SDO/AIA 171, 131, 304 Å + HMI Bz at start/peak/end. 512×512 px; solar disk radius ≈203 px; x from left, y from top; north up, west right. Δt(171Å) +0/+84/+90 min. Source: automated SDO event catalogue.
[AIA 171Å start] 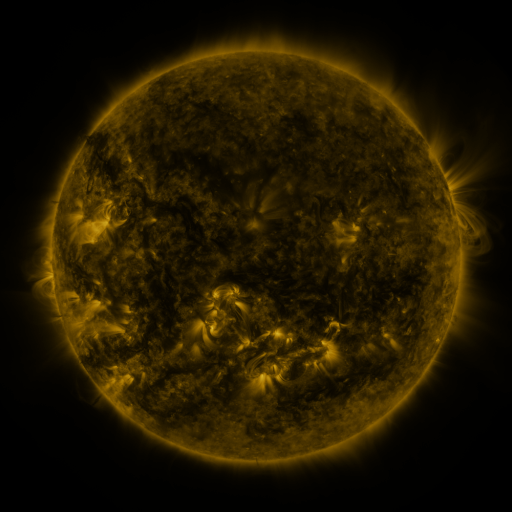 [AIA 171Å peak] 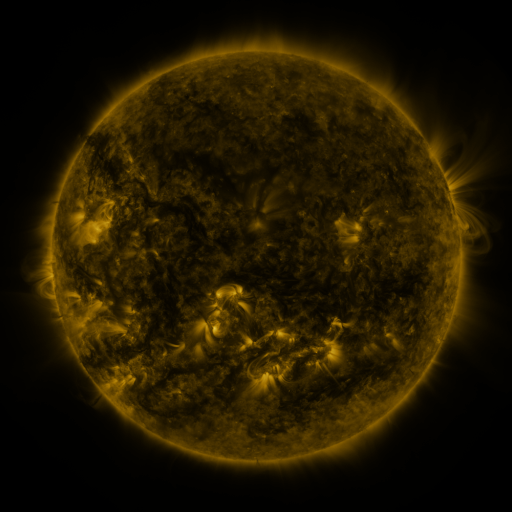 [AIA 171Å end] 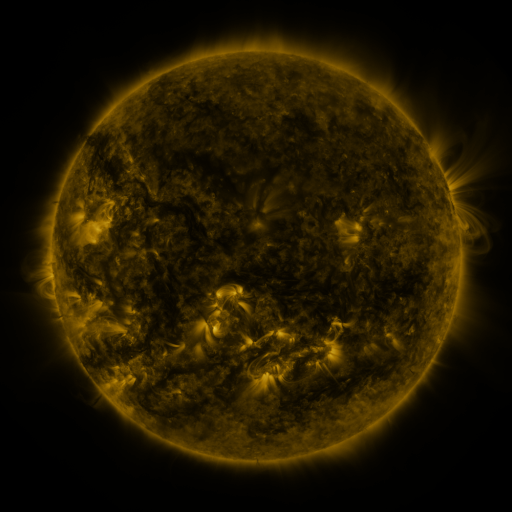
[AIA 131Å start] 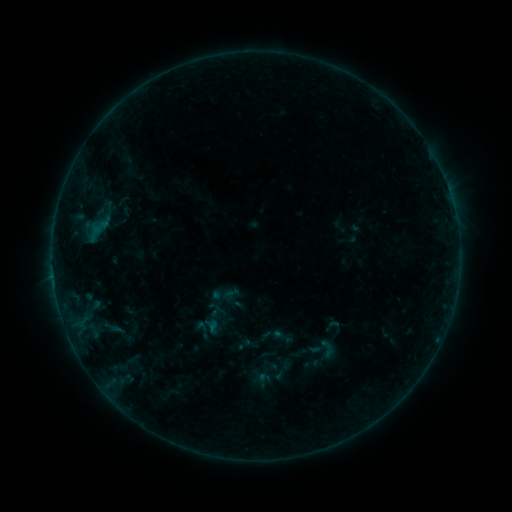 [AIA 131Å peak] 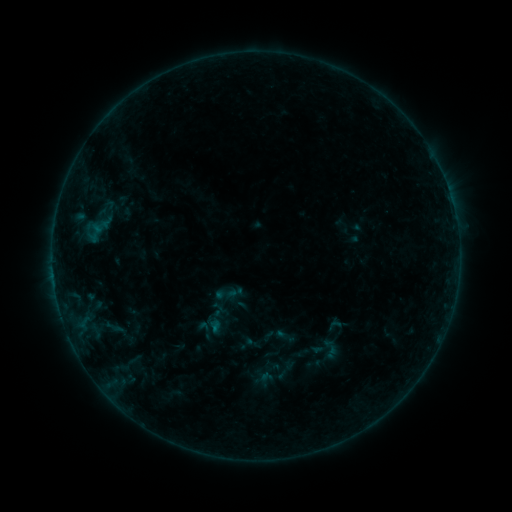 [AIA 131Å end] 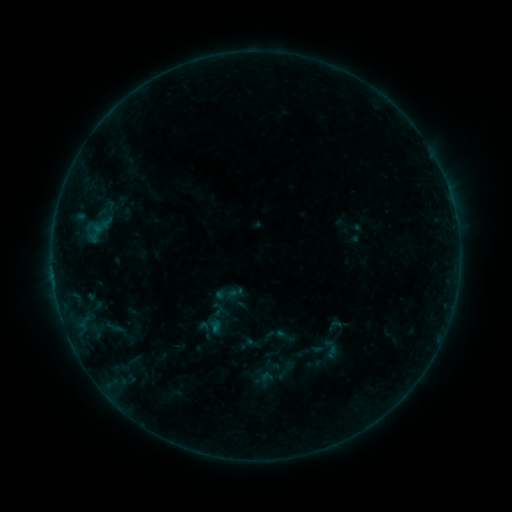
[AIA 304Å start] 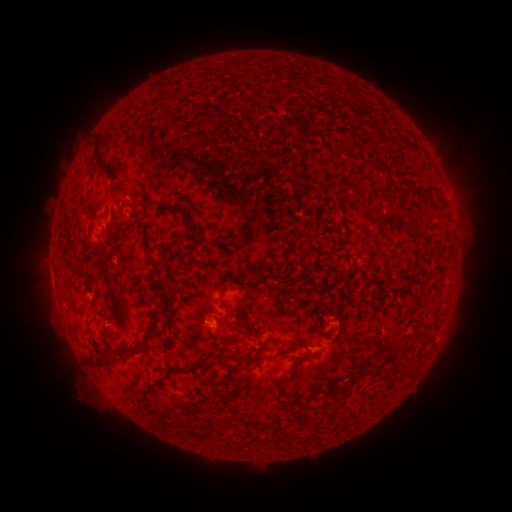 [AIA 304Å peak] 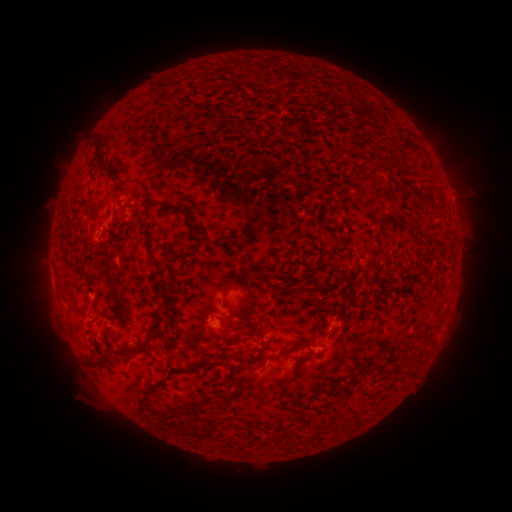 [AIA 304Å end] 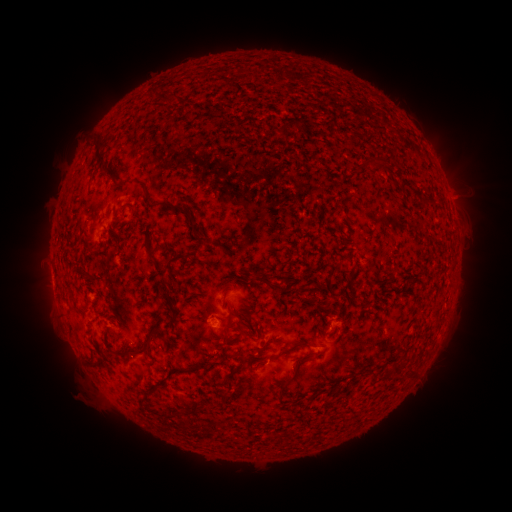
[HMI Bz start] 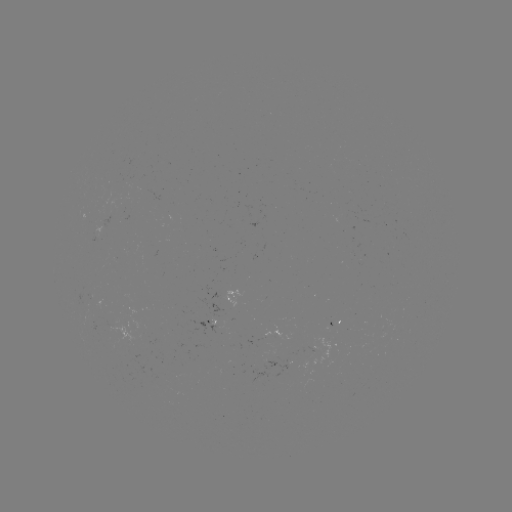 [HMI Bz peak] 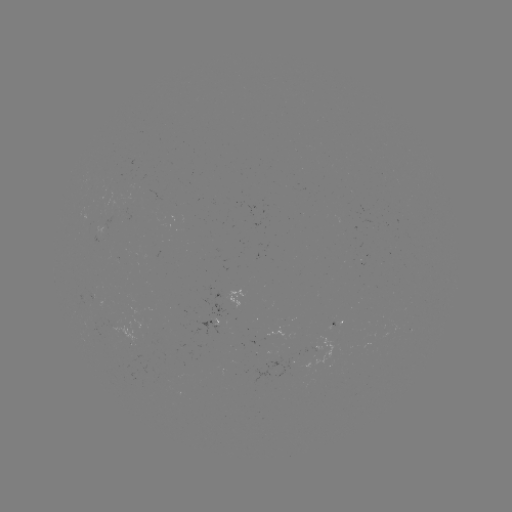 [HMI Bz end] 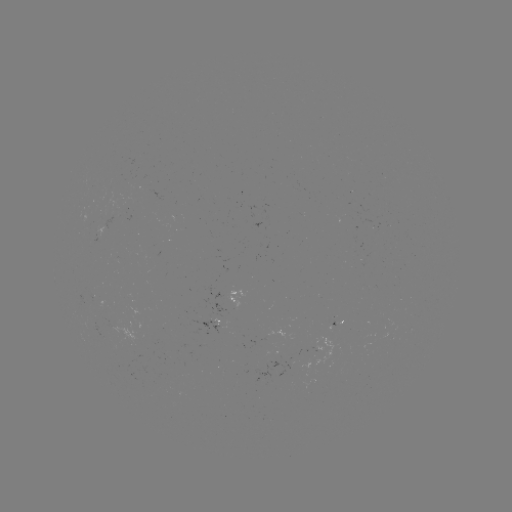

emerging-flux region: (190, 320, 225, 336)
